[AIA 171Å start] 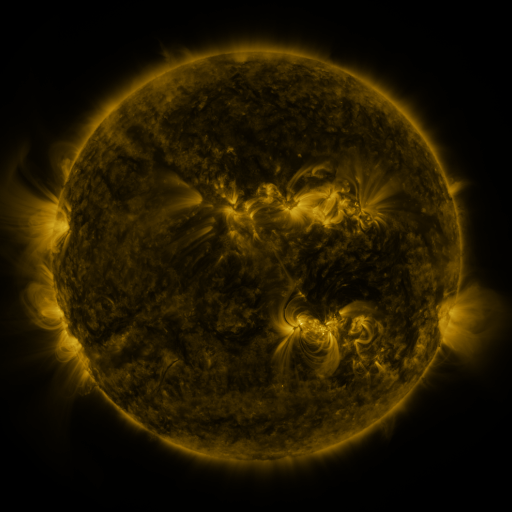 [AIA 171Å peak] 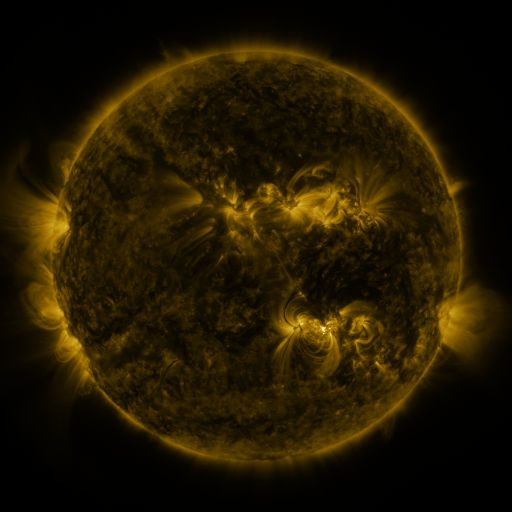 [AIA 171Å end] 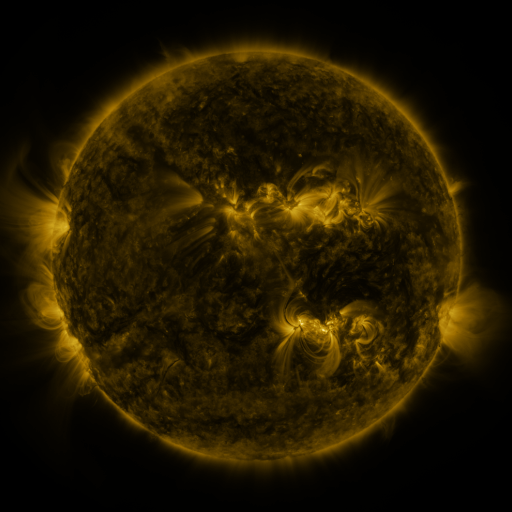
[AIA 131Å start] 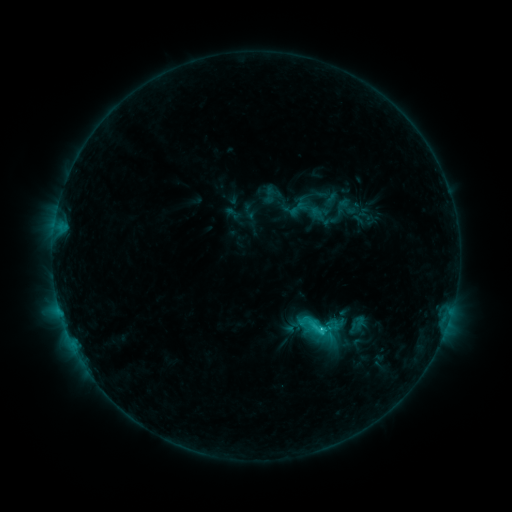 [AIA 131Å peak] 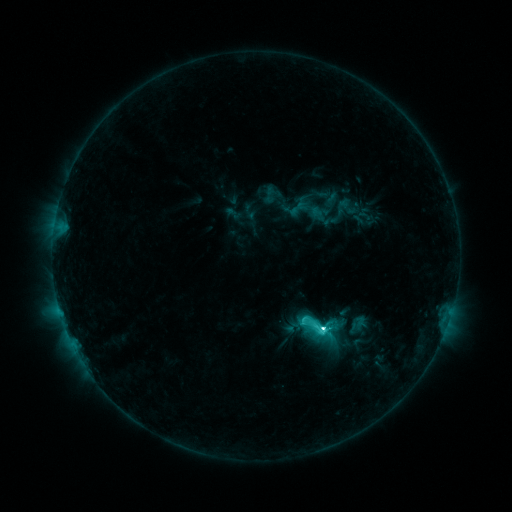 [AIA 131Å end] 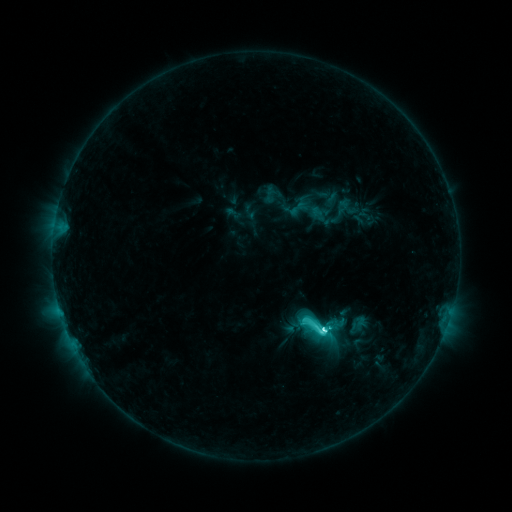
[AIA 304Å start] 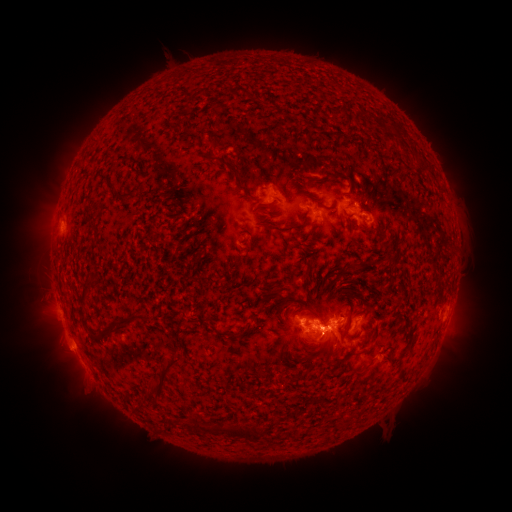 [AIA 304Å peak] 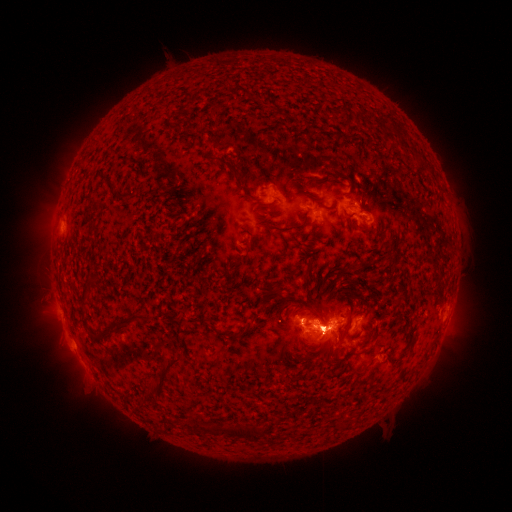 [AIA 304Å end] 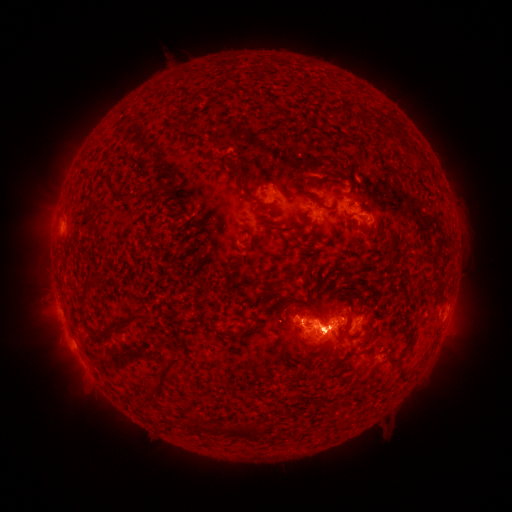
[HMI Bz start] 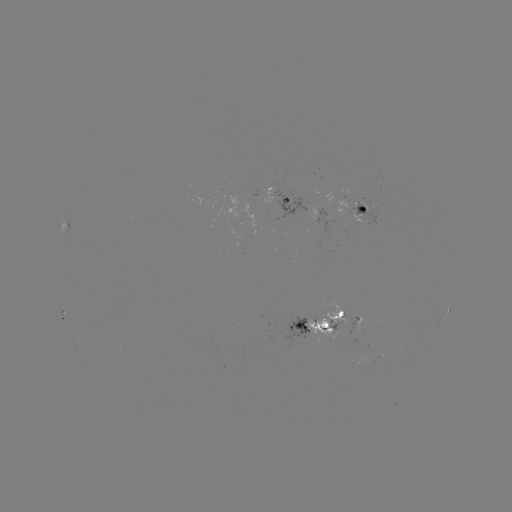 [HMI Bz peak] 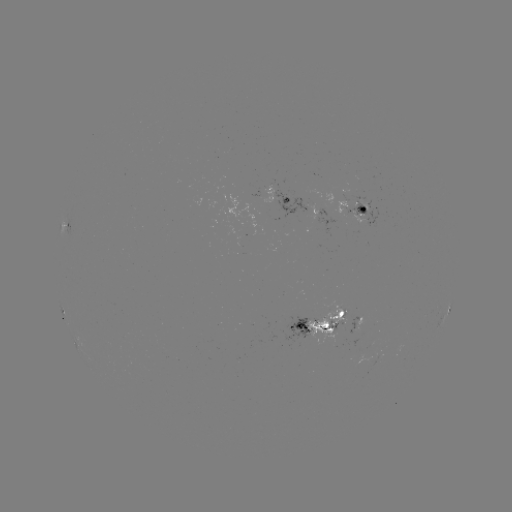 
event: eruption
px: (325, 327)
